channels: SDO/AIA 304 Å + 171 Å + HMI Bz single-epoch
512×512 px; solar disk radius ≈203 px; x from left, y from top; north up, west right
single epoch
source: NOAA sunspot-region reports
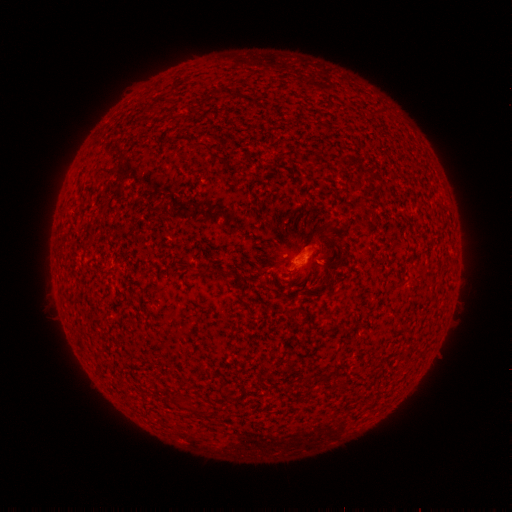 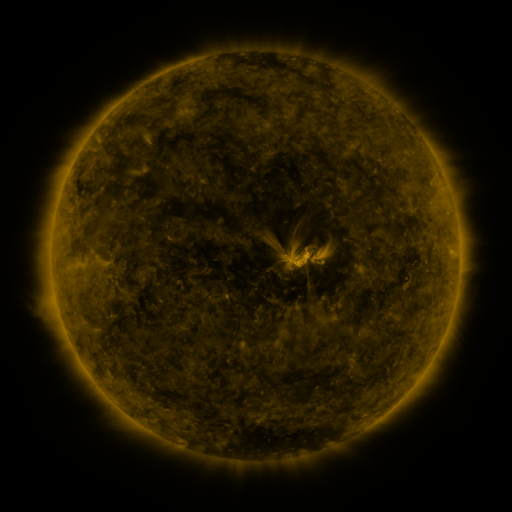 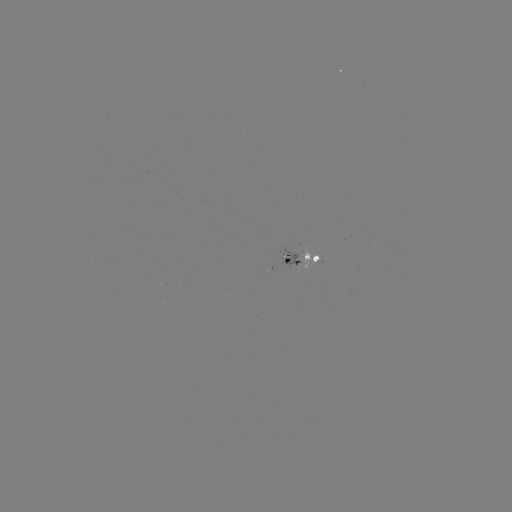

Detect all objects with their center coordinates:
spotted active region: (305, 257)
